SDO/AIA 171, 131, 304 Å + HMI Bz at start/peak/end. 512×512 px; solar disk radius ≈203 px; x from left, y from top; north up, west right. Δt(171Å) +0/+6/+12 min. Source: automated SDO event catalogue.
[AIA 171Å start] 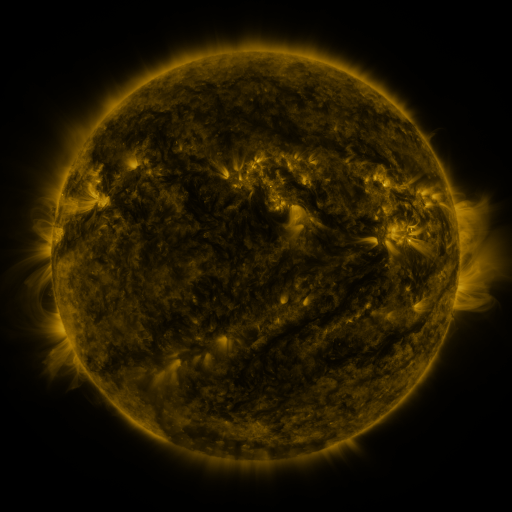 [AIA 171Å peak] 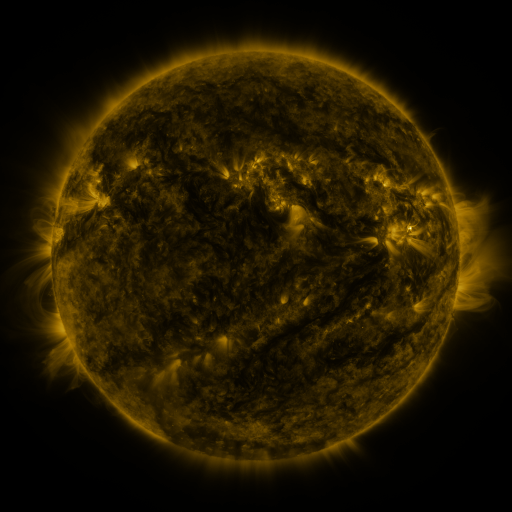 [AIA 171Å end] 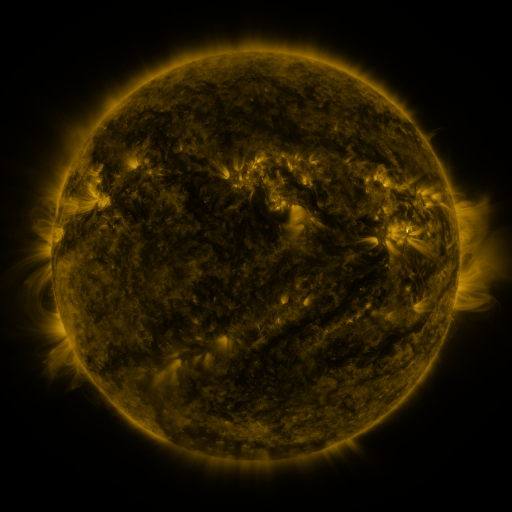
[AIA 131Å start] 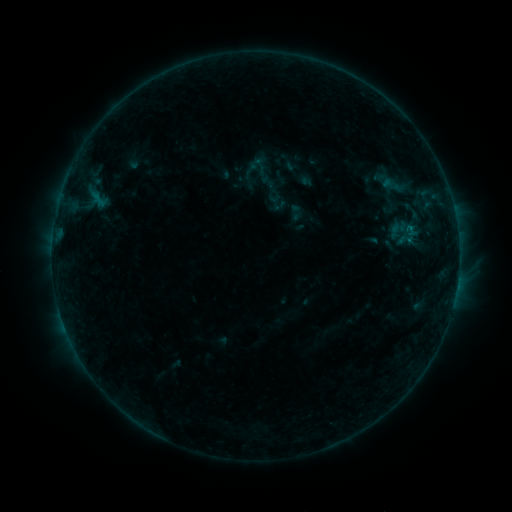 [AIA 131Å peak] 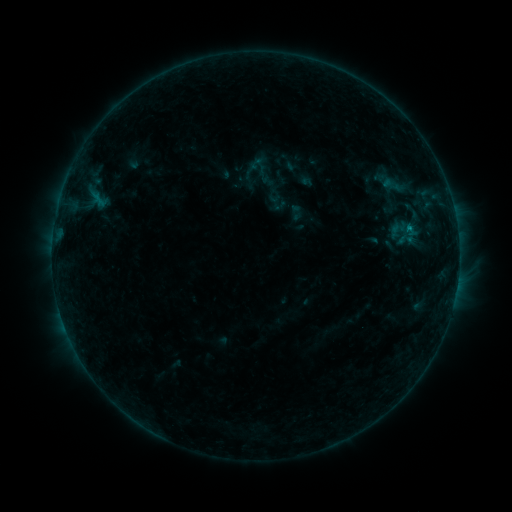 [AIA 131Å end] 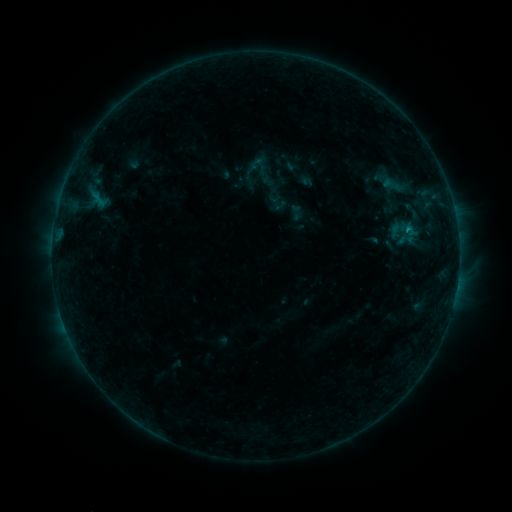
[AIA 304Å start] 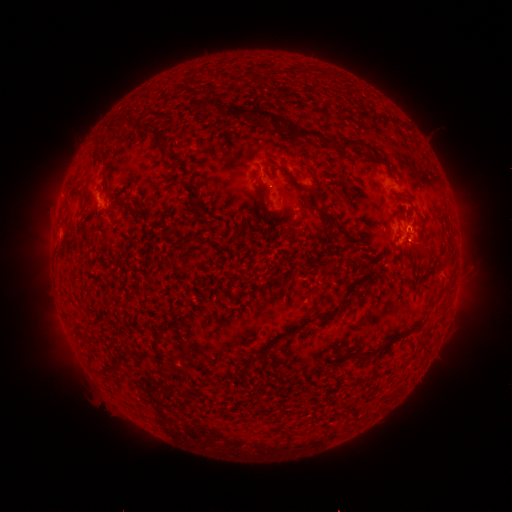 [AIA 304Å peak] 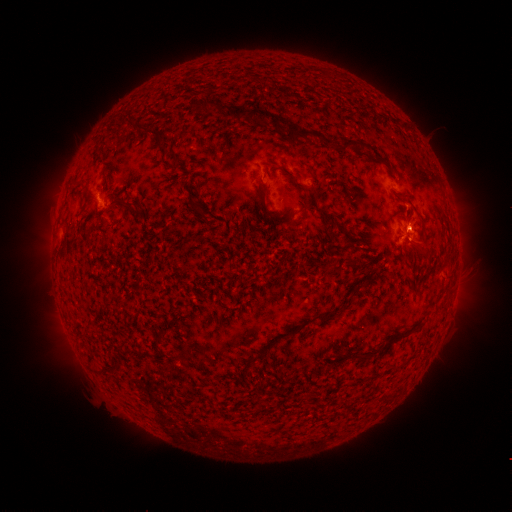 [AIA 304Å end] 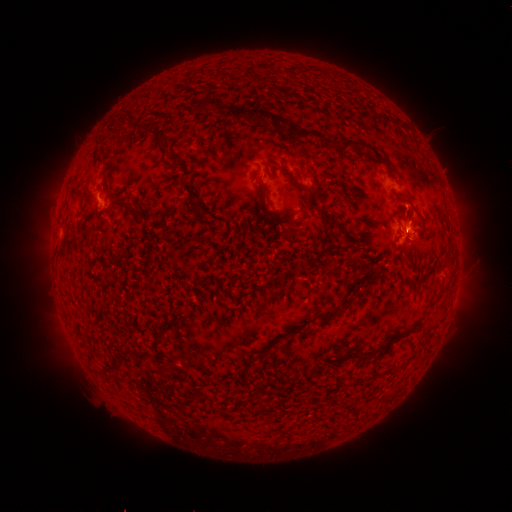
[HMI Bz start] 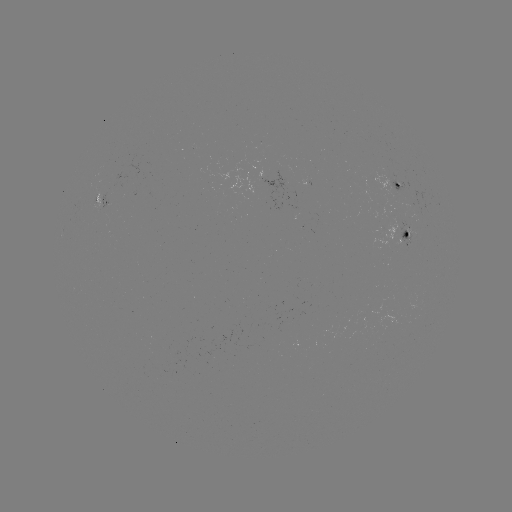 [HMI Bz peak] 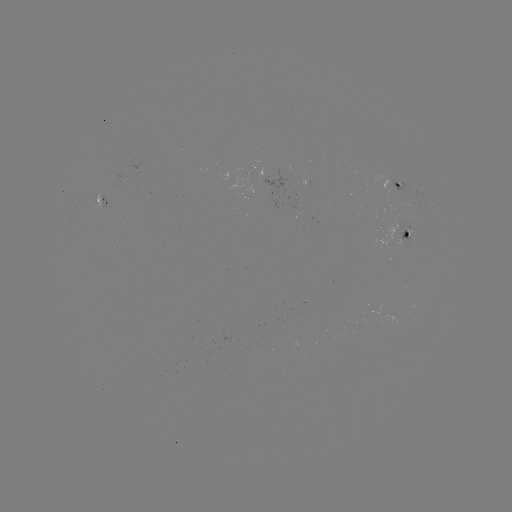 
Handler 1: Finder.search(B4.4 flare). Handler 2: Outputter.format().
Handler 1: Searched B4.4 flare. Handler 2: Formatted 407,231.